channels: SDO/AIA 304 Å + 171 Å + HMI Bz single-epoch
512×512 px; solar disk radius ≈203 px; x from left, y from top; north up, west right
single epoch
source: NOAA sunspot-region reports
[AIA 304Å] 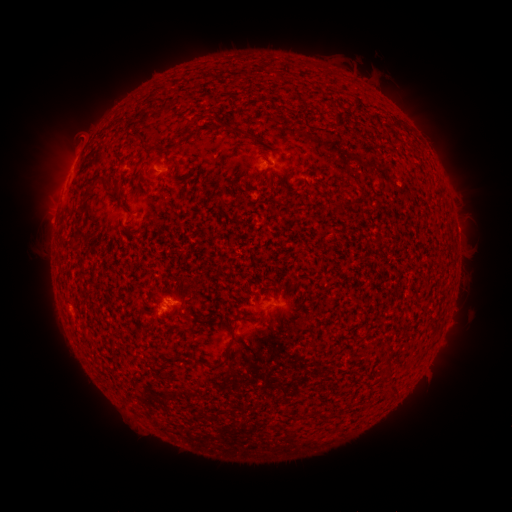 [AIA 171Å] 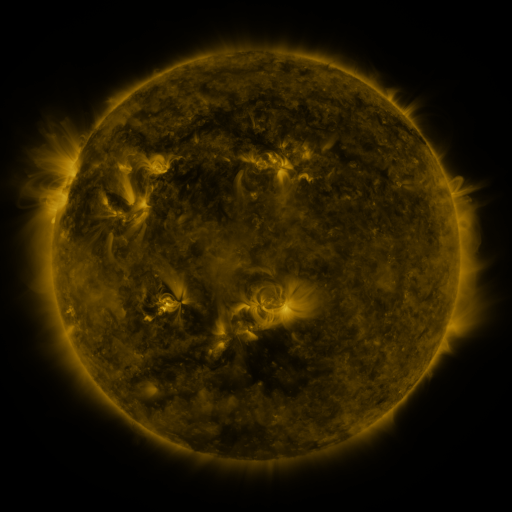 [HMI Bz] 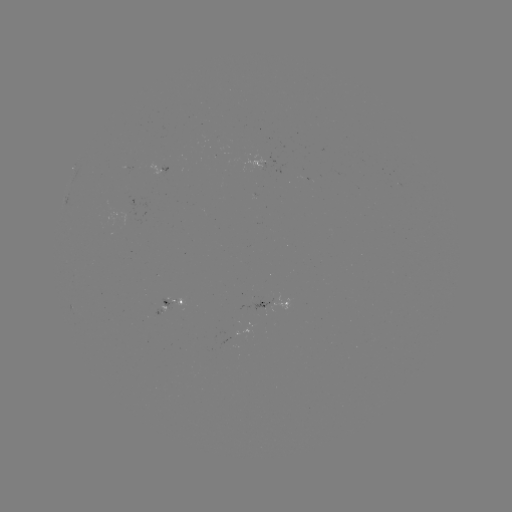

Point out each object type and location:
spotted active region: (269, 170)
spotted active region: (170, 173)
spotted active region: (174, 301)
spotted active region: (275, 306)
